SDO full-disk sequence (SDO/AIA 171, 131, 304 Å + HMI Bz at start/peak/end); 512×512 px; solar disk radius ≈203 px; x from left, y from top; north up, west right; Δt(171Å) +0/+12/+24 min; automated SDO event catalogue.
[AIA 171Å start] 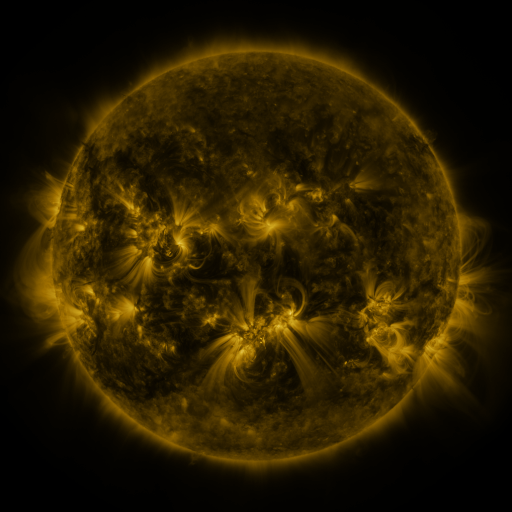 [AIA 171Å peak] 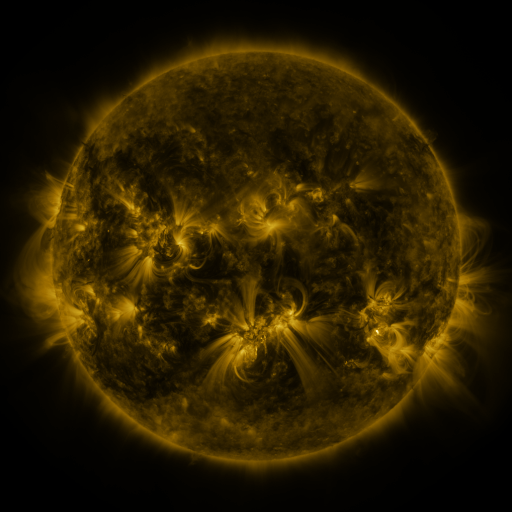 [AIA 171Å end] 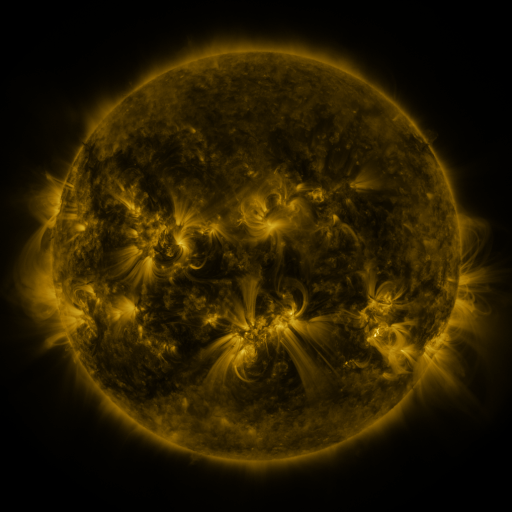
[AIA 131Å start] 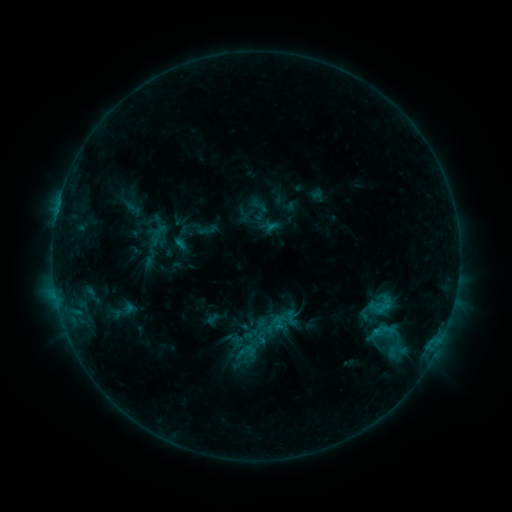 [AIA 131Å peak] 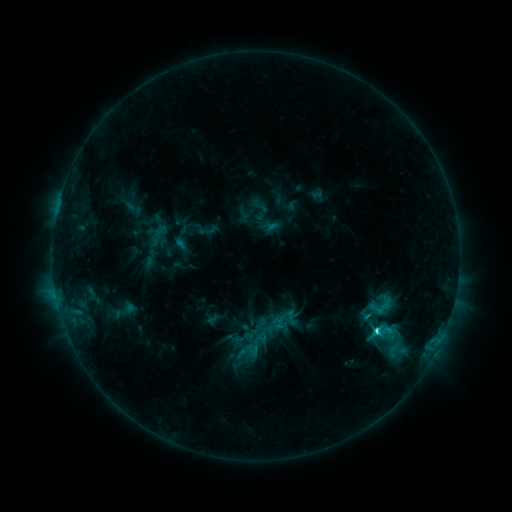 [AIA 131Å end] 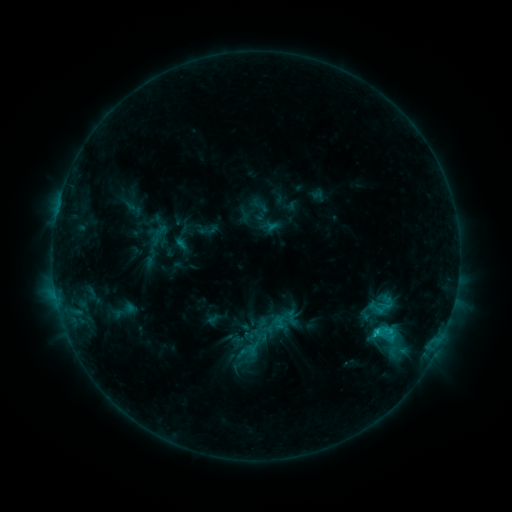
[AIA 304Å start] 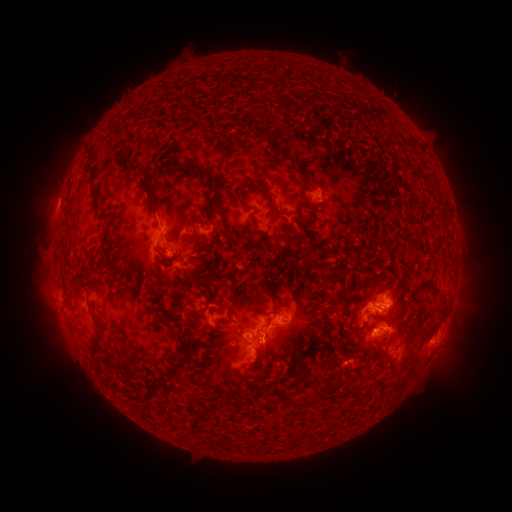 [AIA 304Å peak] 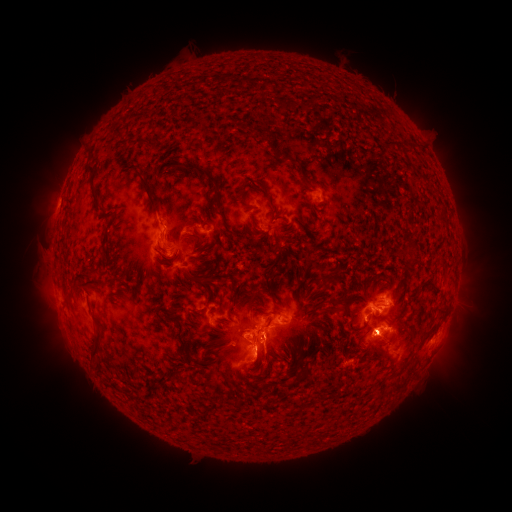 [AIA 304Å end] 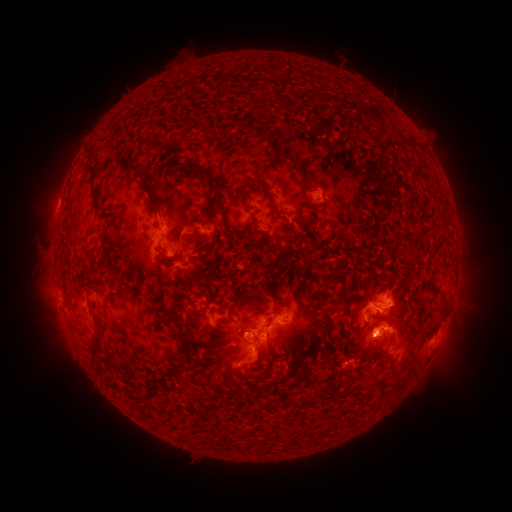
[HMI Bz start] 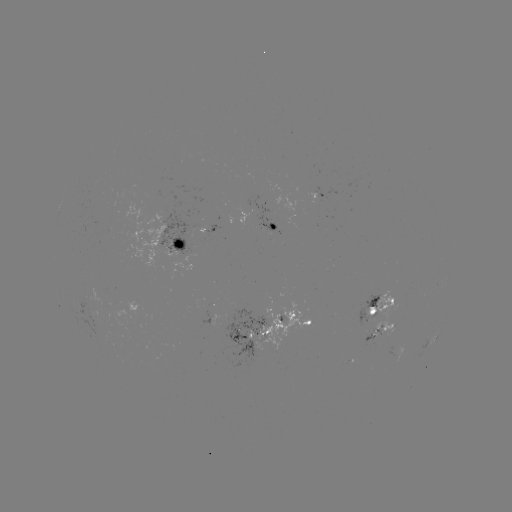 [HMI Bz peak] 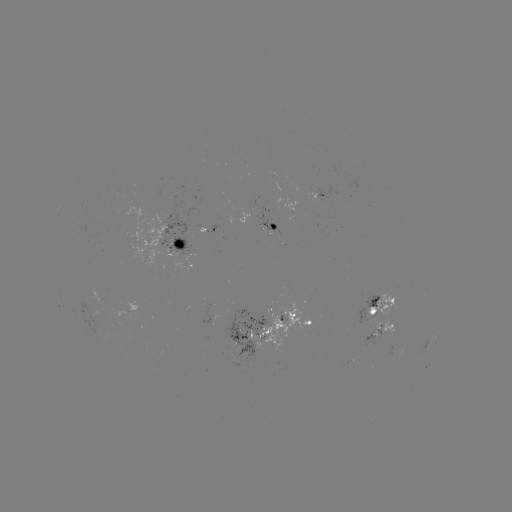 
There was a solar eruption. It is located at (265, 364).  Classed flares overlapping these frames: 1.